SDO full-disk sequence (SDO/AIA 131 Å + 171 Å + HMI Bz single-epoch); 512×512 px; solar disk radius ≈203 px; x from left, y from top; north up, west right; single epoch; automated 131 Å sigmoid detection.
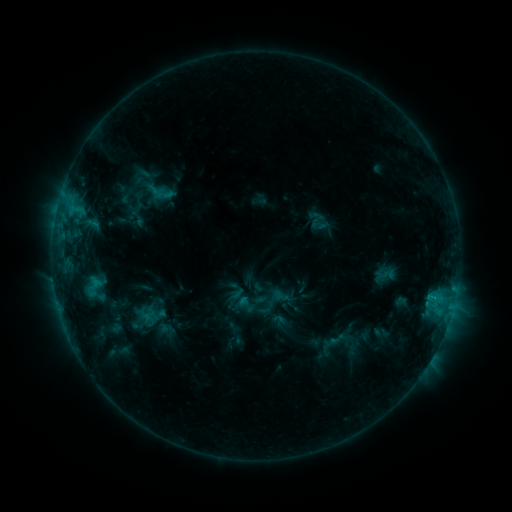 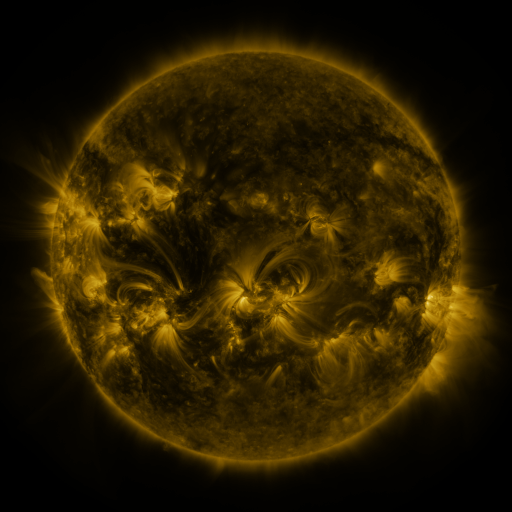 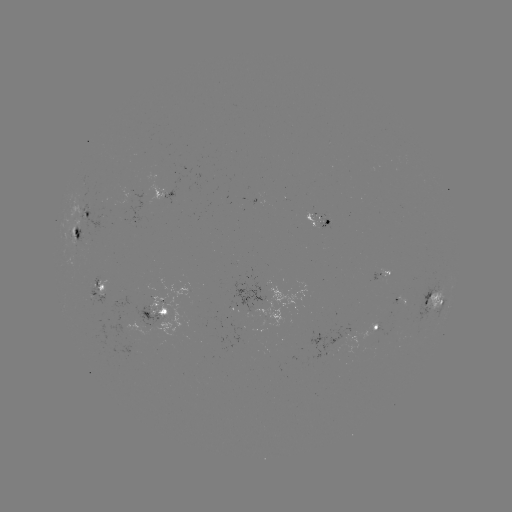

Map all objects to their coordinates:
sigmoid: (164, 192)
